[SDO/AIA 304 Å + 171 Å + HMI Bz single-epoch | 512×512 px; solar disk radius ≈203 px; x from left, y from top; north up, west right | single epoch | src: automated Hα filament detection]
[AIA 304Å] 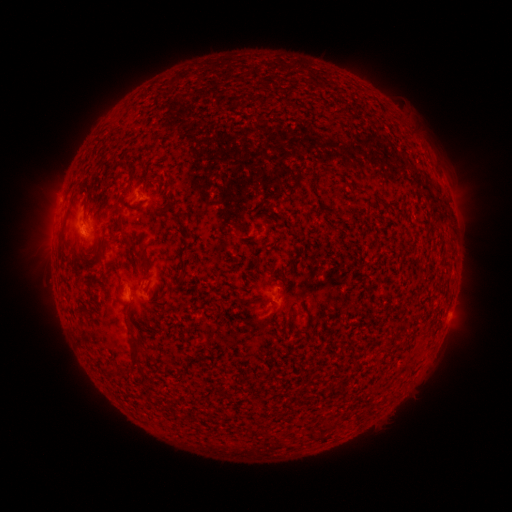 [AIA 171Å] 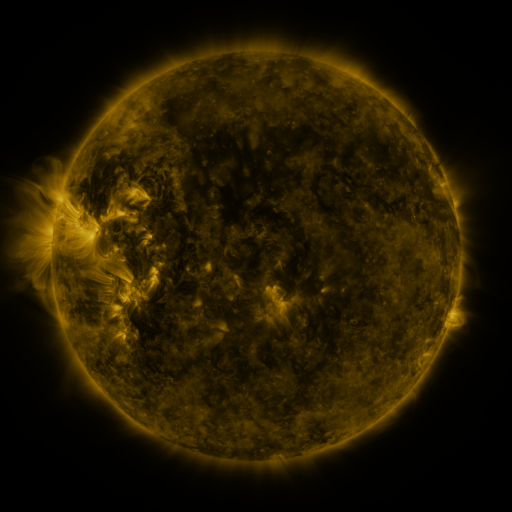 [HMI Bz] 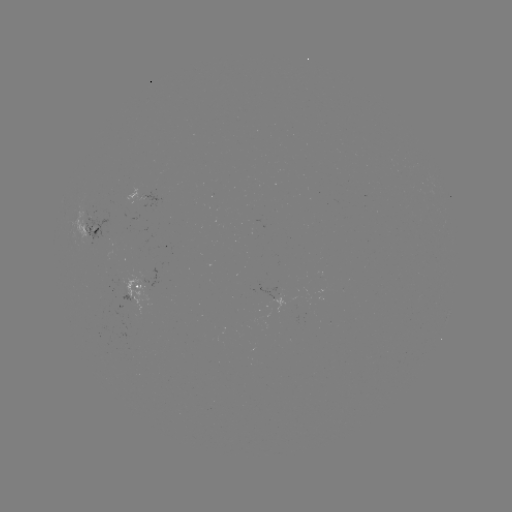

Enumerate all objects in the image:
filament: (126, 243, 138, 268)
filament: (140, 255, 152, 275)
filament: (109, 263, 118, 272)
filament: (244, 295, 270, 304)
filament: (120, 329, 143, 376)
filament: (295, 389, 303, 399)
filament: (327, 418, 336, 430)
filament: (312, 431, 321, 438)
